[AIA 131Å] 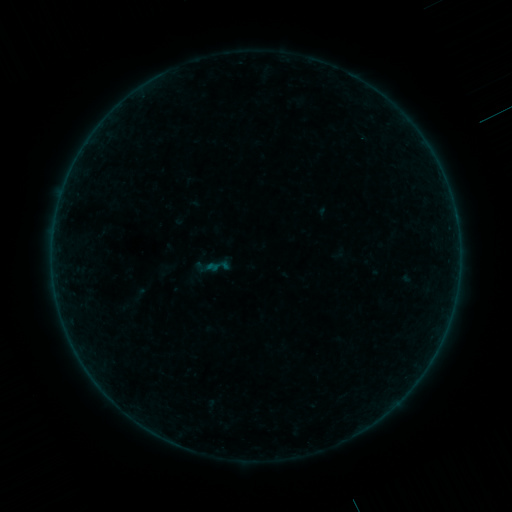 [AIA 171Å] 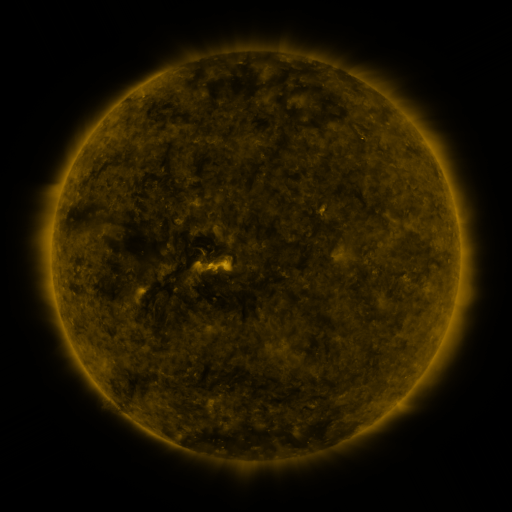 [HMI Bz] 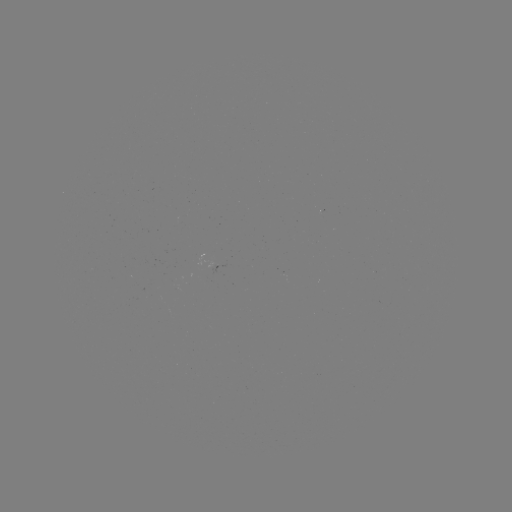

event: sigmoid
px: (218, 266)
